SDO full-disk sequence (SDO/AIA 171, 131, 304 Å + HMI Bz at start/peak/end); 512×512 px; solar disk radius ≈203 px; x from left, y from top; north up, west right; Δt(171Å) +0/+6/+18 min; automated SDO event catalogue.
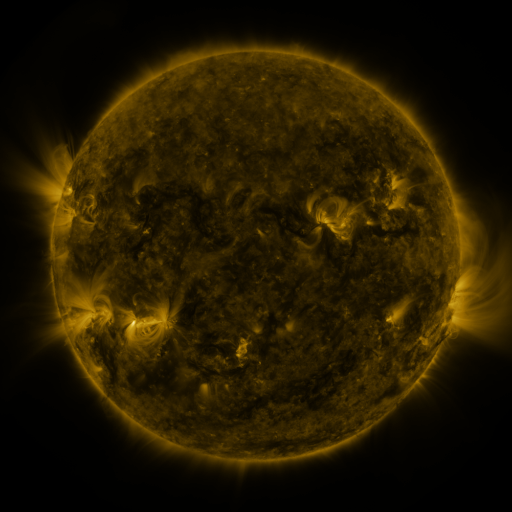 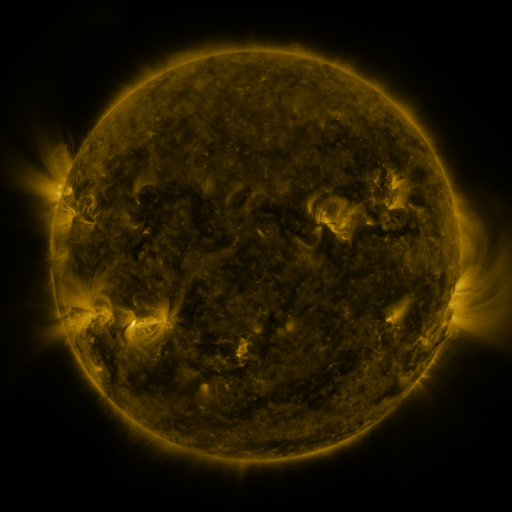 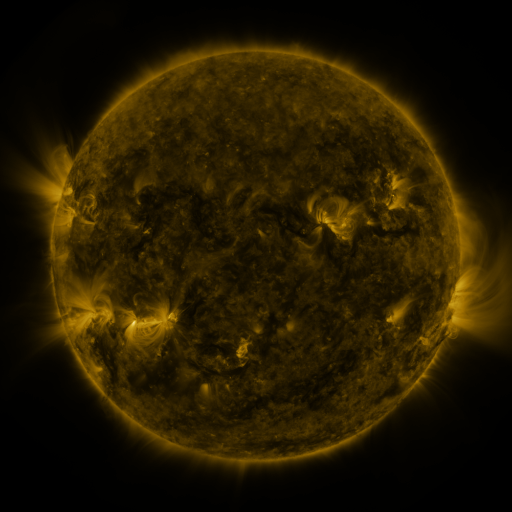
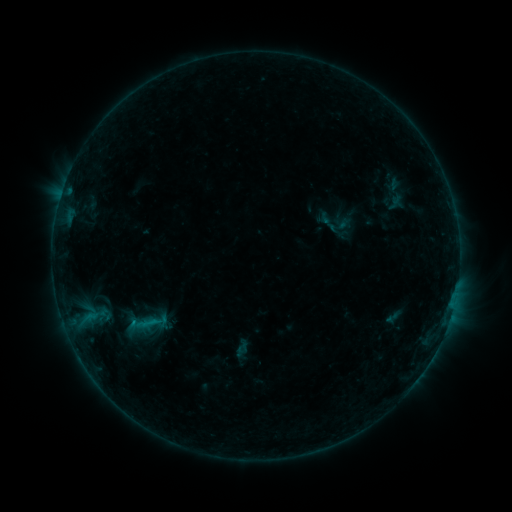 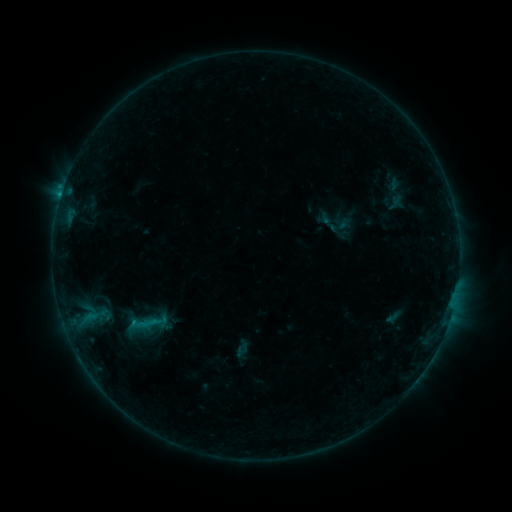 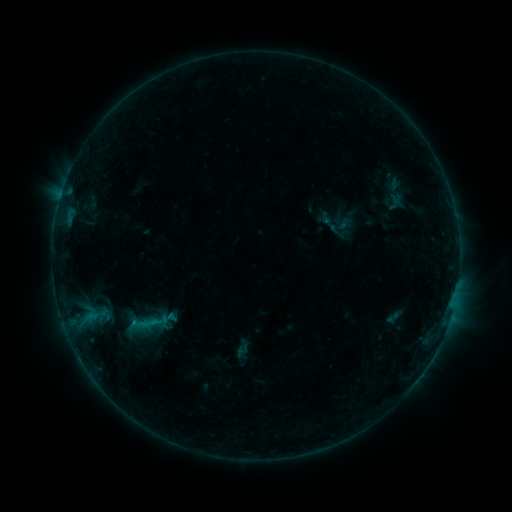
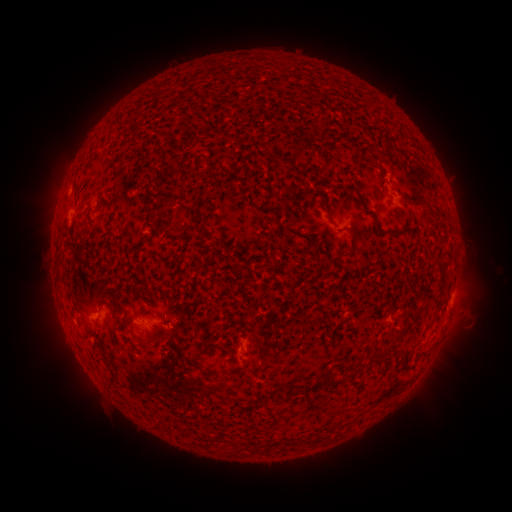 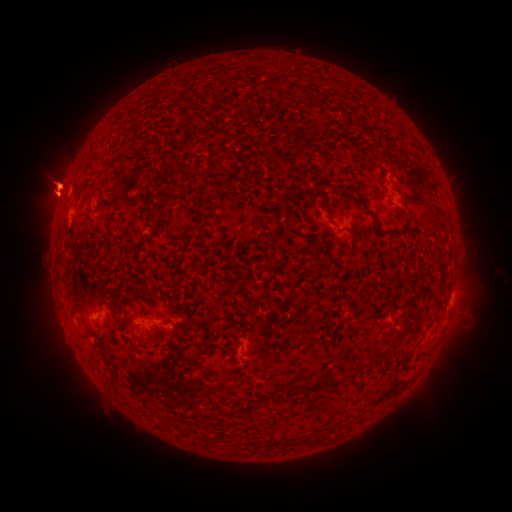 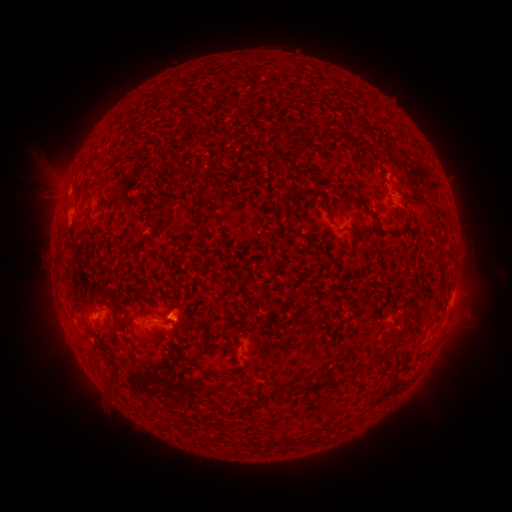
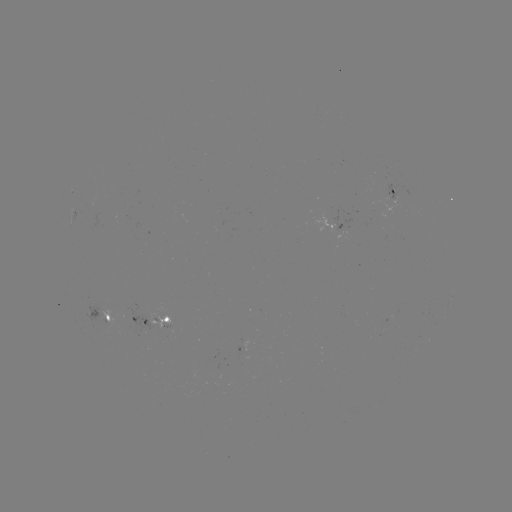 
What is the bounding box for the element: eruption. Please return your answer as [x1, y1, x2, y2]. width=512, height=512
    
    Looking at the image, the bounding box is [0, 79, 116, 322].